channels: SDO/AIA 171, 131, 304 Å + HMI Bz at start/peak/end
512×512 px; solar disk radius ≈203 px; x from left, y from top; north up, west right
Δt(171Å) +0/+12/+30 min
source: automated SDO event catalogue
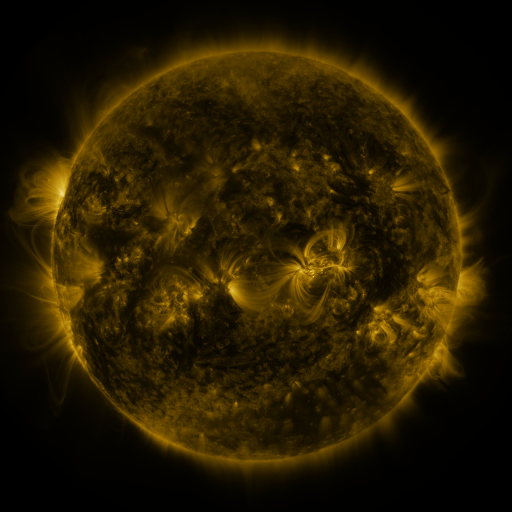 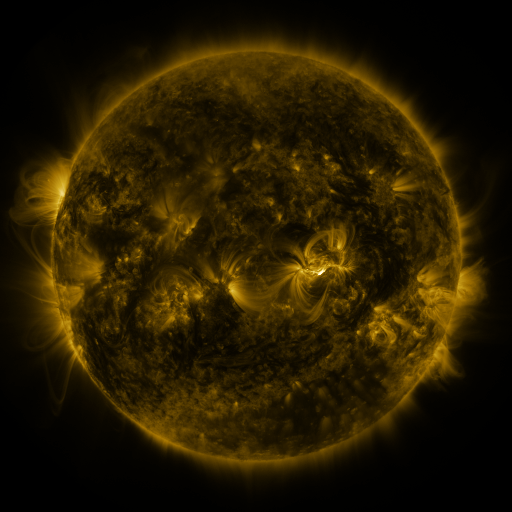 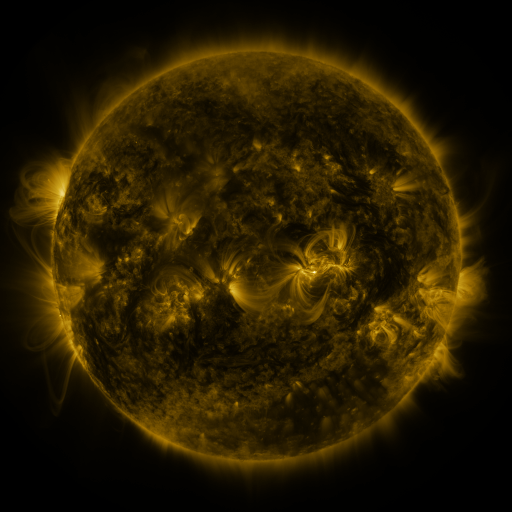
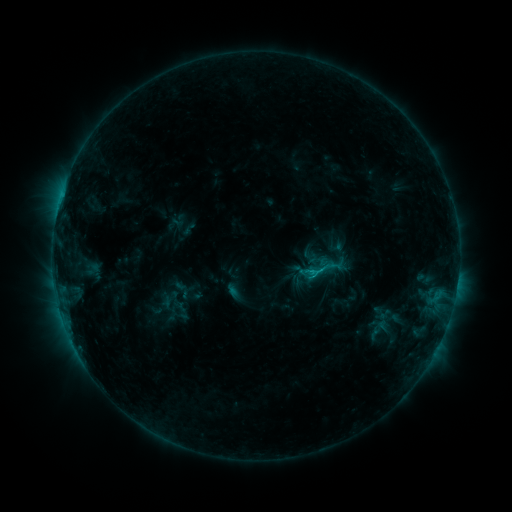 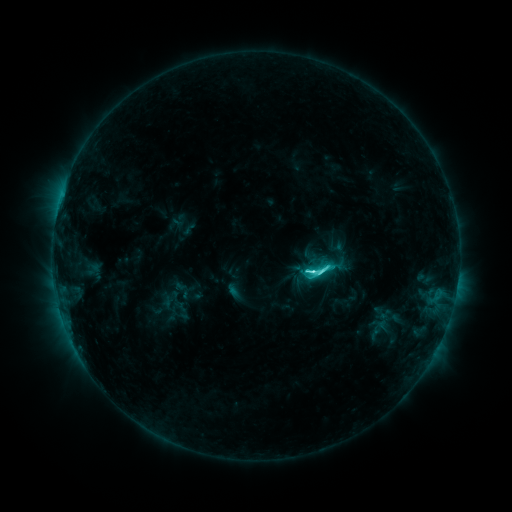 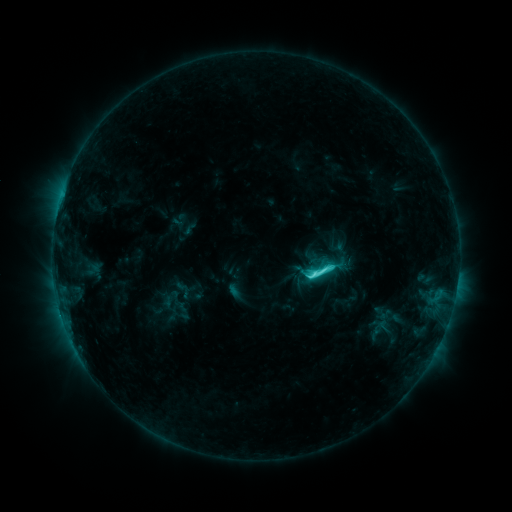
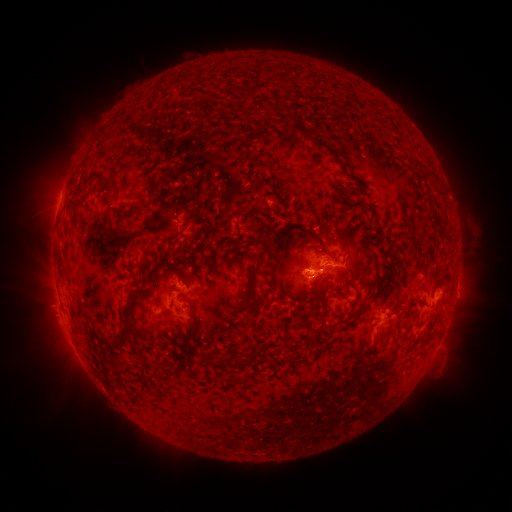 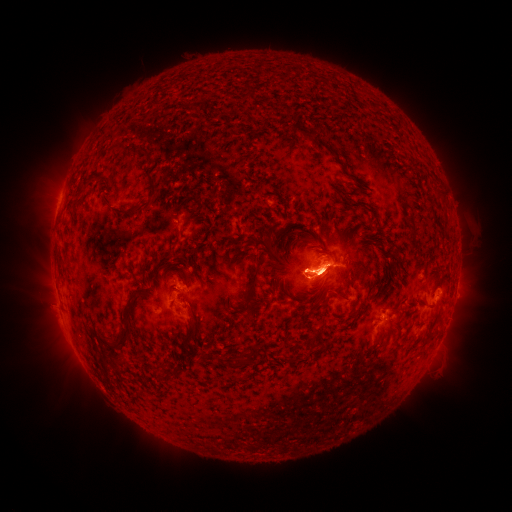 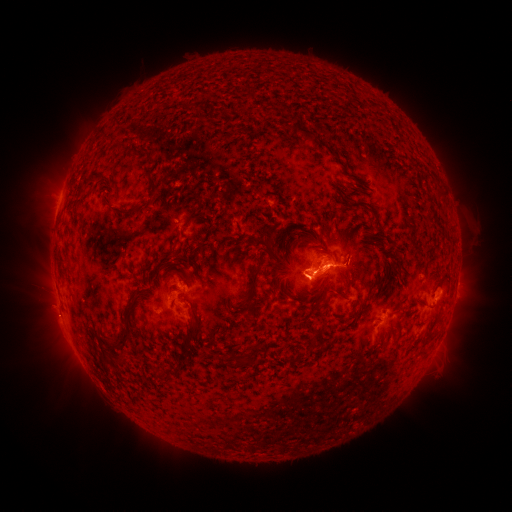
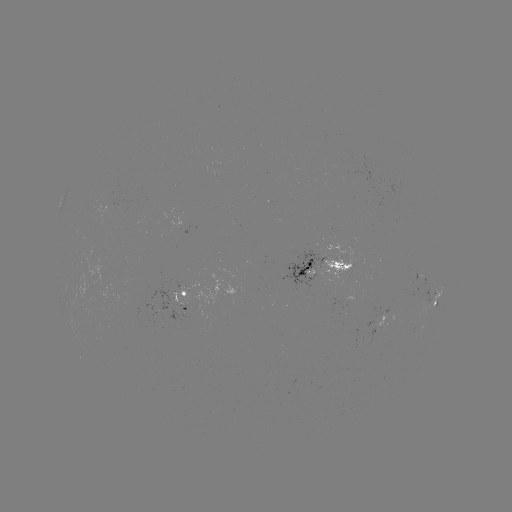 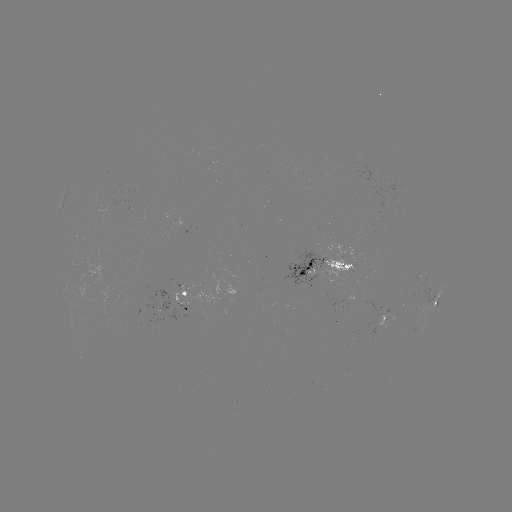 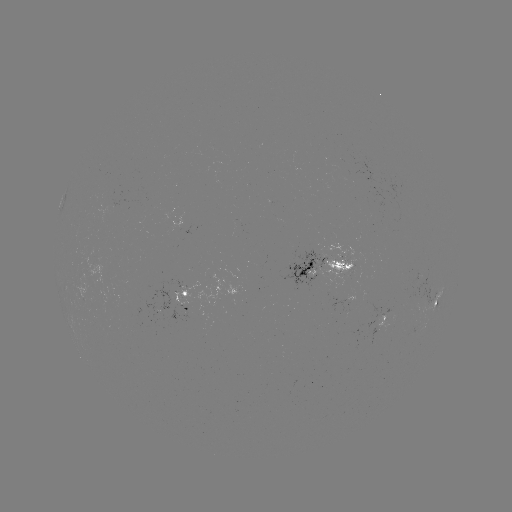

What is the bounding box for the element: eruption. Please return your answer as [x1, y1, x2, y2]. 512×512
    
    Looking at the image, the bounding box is [267, 226, 364, 321].